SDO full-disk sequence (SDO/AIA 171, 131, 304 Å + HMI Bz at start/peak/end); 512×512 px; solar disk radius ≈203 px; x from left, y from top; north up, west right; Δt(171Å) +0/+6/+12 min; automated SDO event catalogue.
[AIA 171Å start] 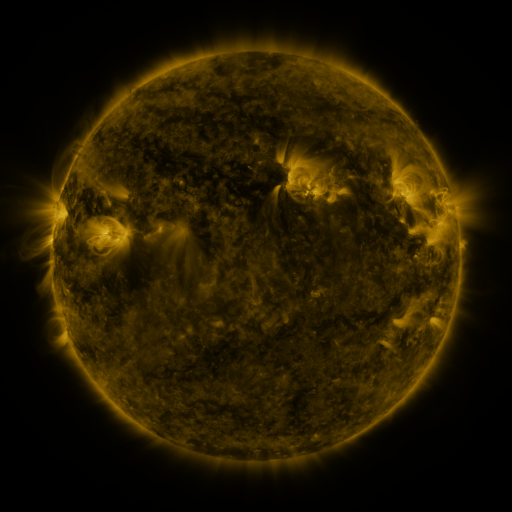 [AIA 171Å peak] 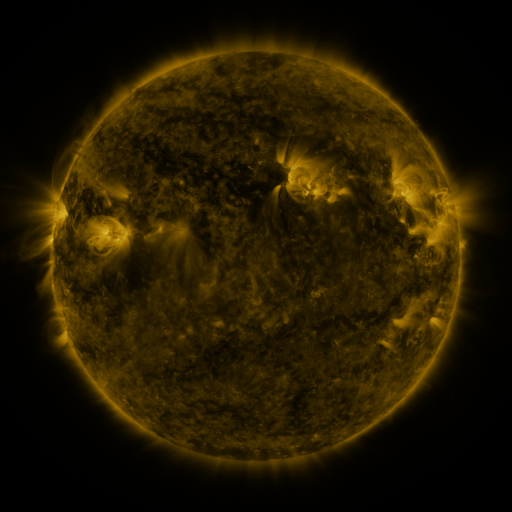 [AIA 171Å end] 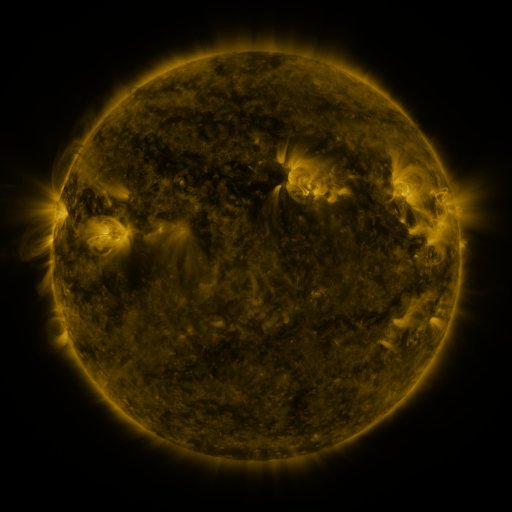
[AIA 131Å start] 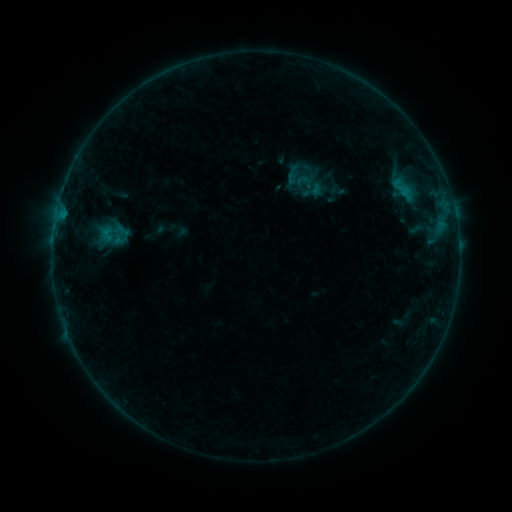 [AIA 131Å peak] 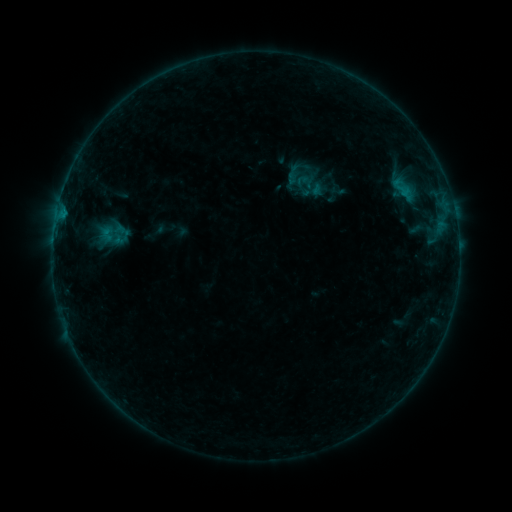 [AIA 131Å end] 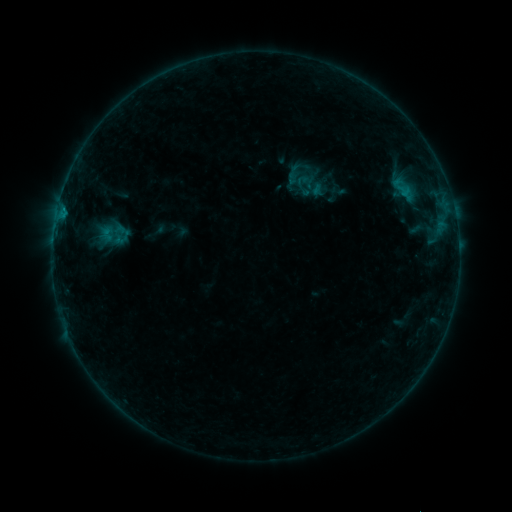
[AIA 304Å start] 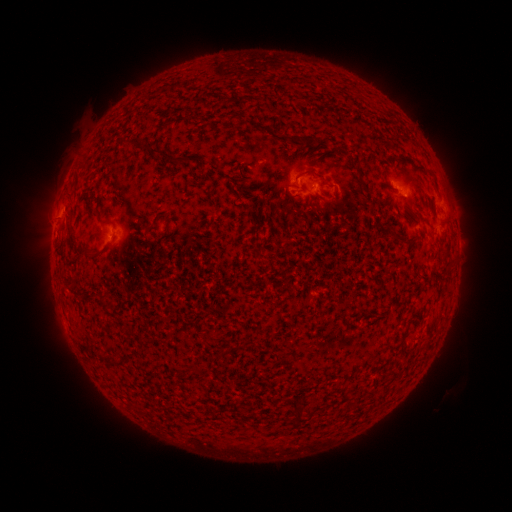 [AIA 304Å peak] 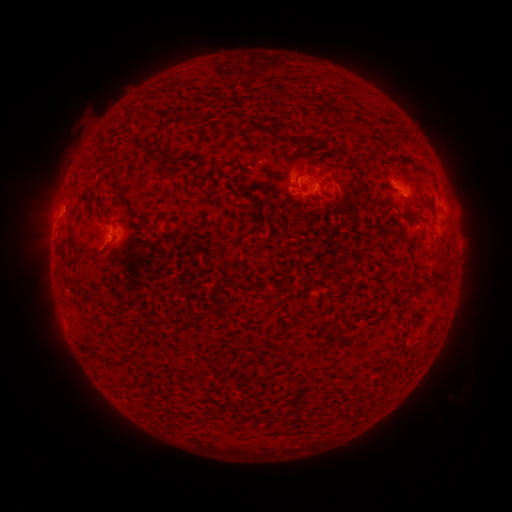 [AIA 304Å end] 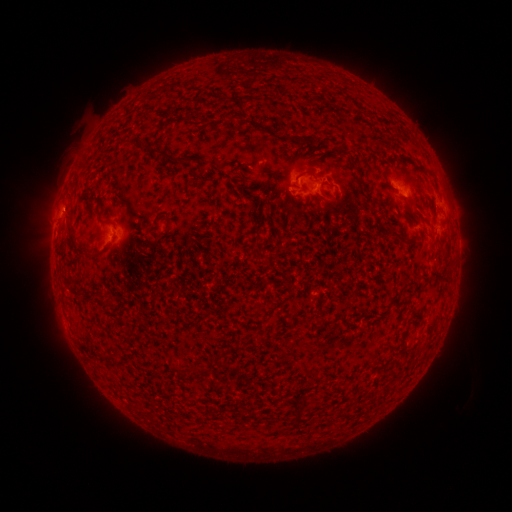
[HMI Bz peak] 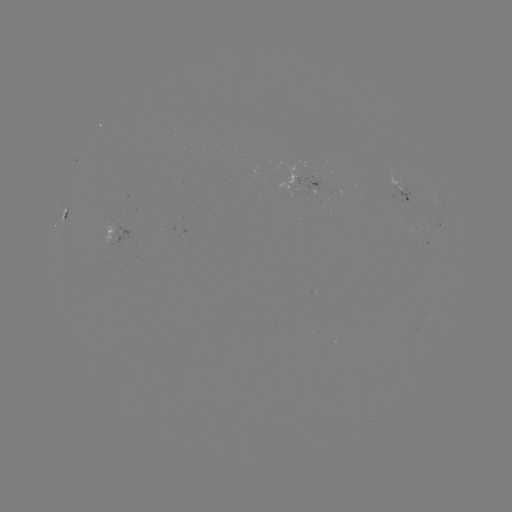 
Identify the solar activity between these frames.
B3.0 flare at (64, 210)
